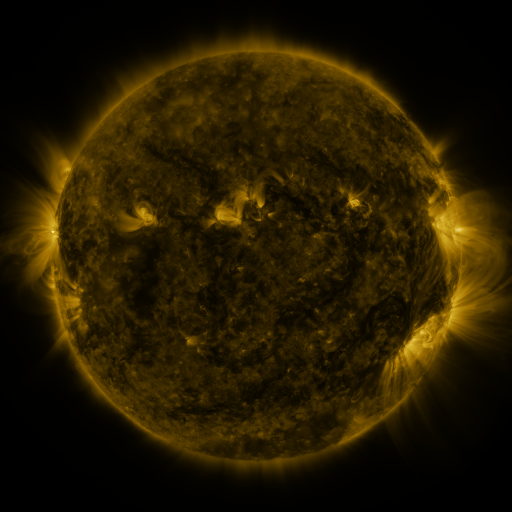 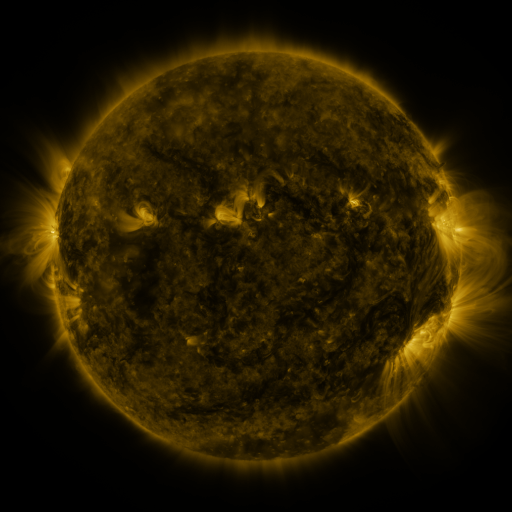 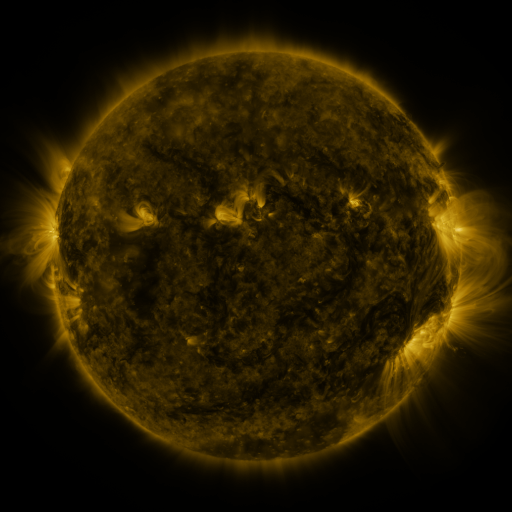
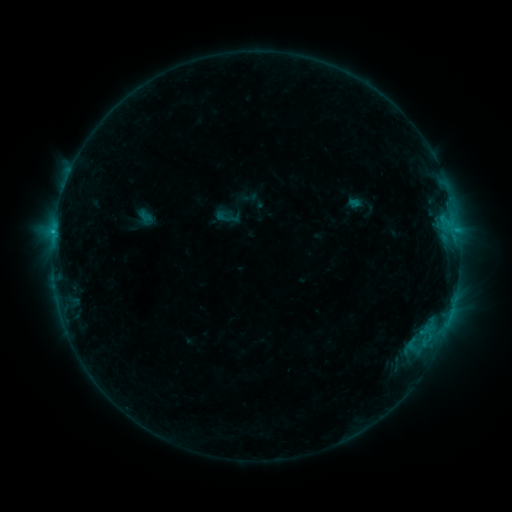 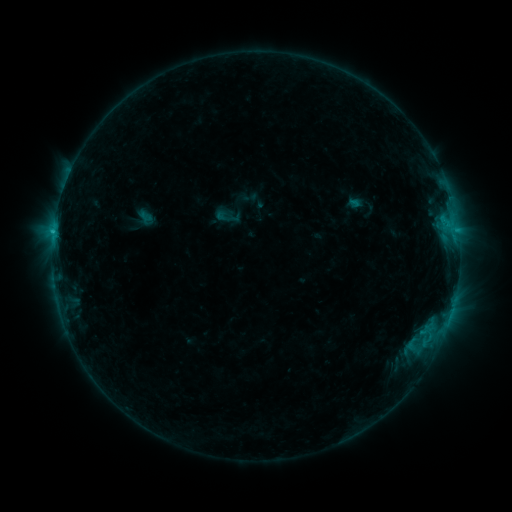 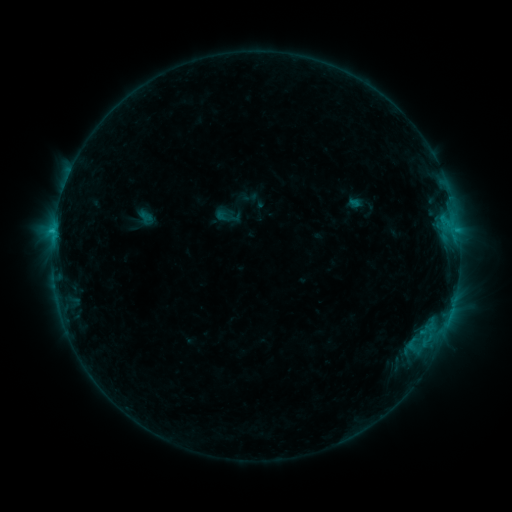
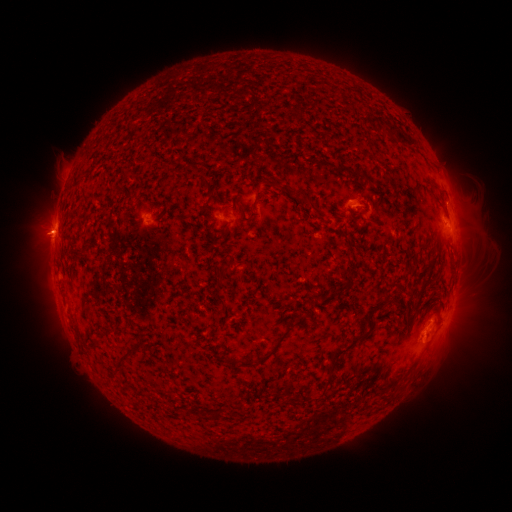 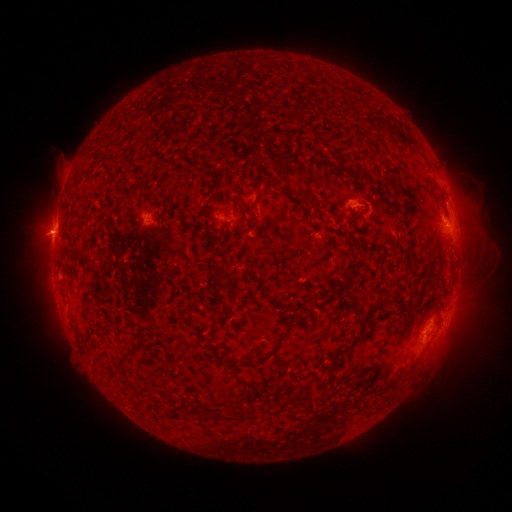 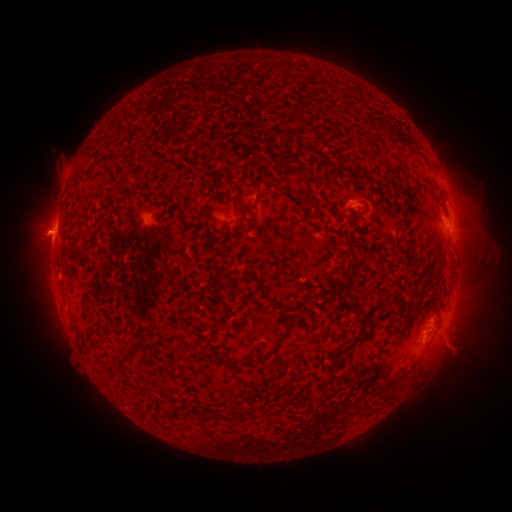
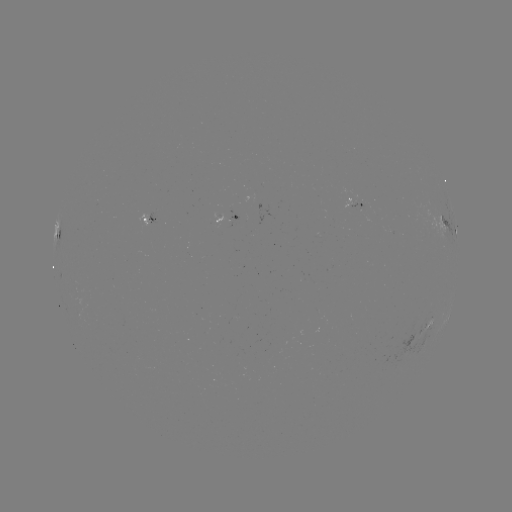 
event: flare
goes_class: C1.0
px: (54, 240)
